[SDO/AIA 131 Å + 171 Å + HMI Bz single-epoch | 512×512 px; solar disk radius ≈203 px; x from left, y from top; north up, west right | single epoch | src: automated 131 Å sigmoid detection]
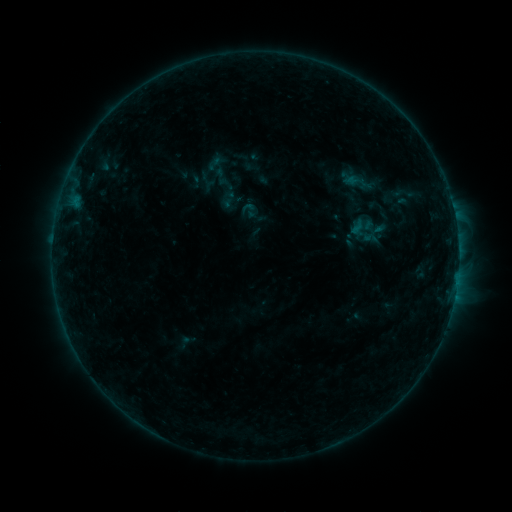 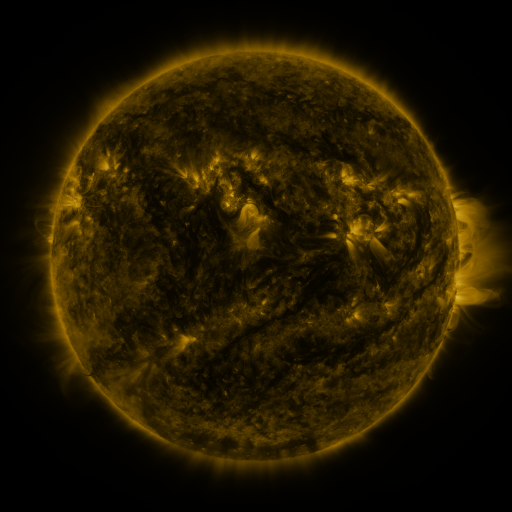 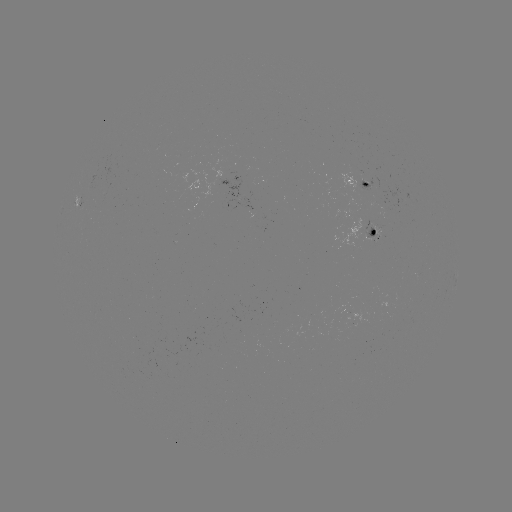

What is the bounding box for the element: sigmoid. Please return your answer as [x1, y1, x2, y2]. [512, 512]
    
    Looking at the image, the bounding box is [389, 179, 423, 207].